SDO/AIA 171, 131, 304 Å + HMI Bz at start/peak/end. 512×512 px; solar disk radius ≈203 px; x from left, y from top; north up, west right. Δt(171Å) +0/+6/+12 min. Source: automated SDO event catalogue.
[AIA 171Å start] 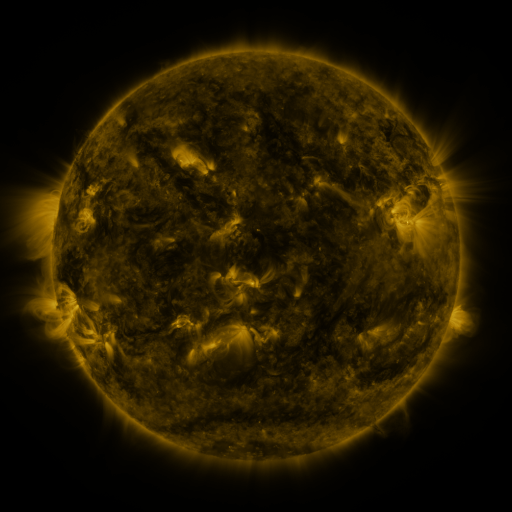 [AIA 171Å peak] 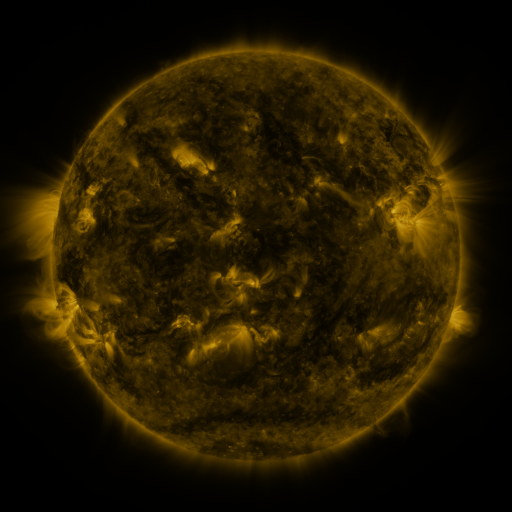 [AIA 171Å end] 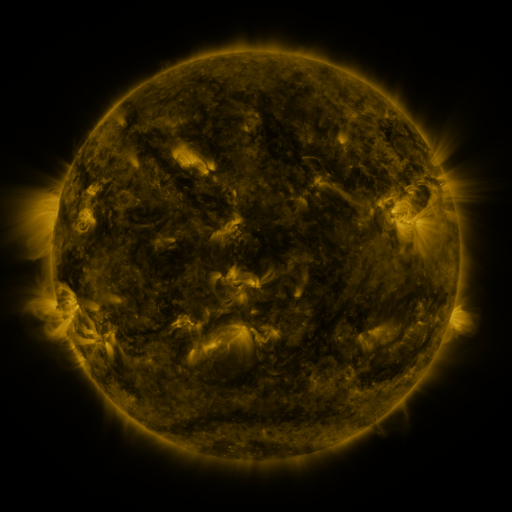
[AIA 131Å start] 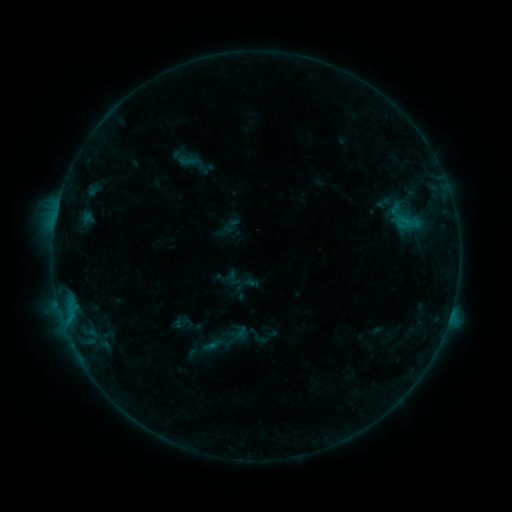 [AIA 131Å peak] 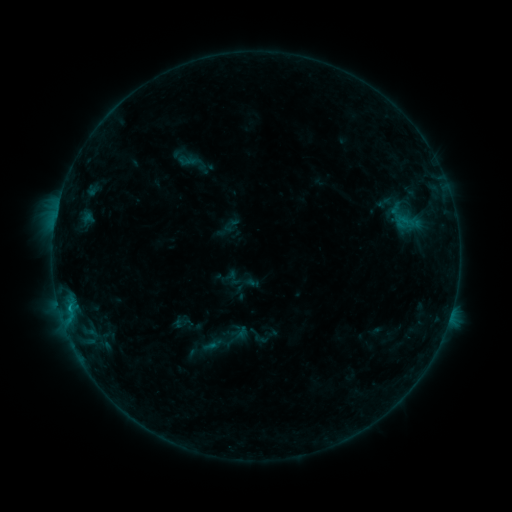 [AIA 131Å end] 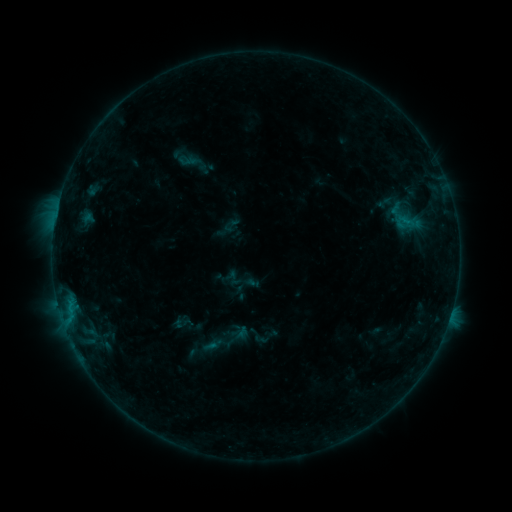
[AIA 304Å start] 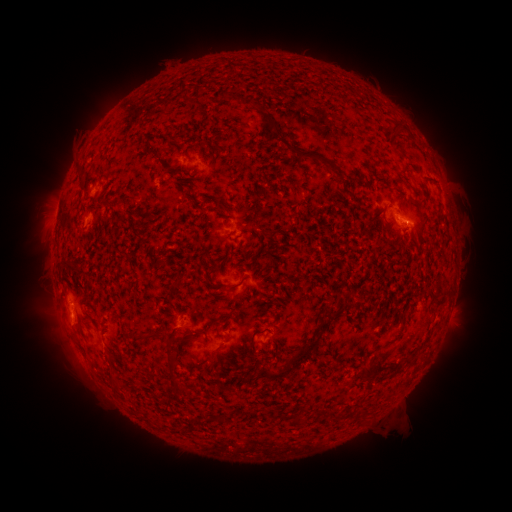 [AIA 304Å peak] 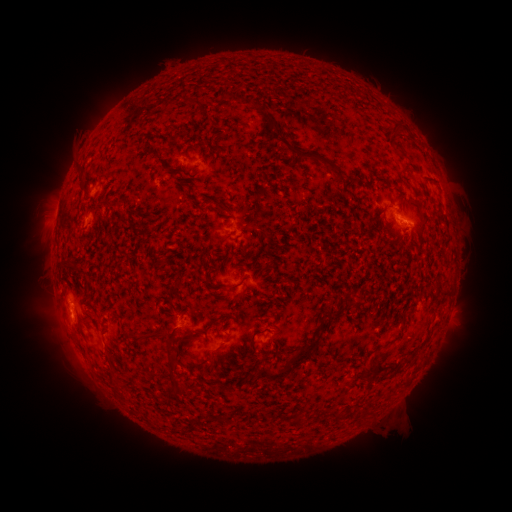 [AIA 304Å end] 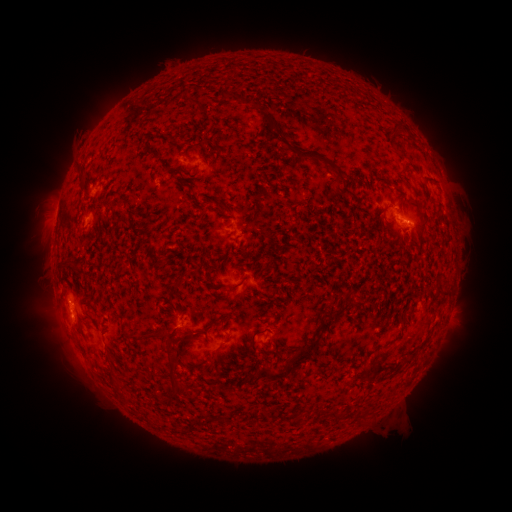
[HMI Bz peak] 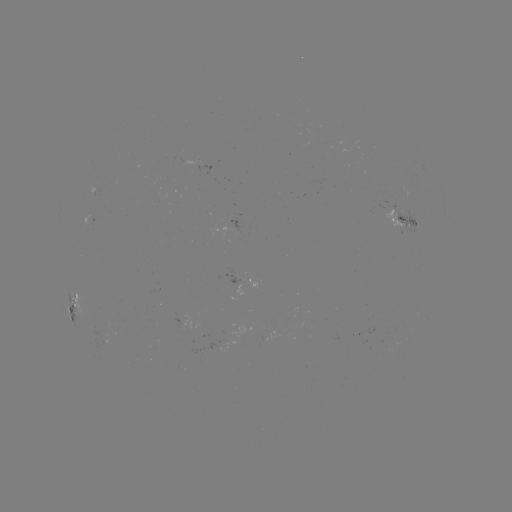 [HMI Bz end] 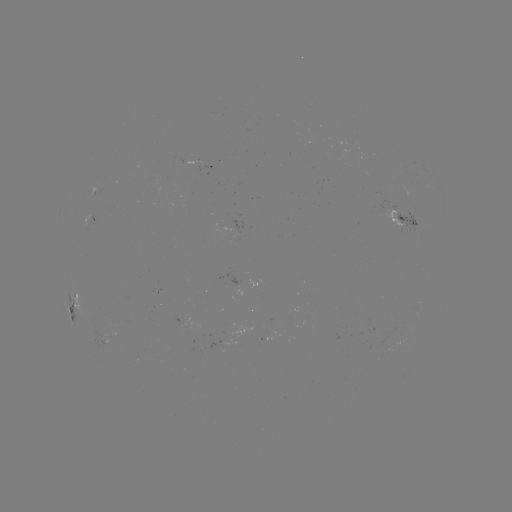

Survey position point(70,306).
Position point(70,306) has B3.7 flare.